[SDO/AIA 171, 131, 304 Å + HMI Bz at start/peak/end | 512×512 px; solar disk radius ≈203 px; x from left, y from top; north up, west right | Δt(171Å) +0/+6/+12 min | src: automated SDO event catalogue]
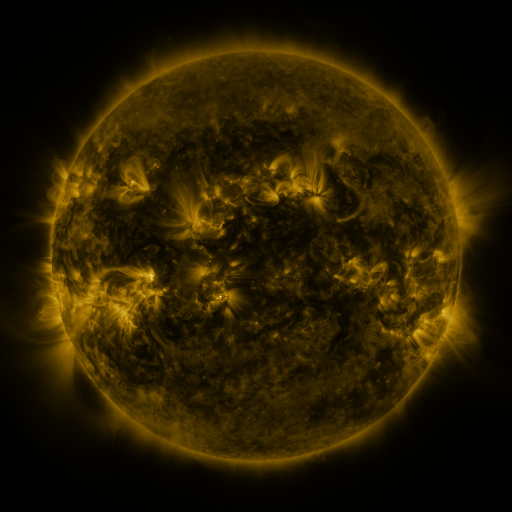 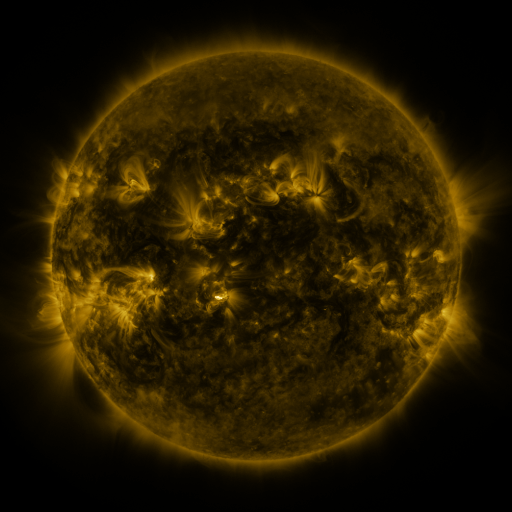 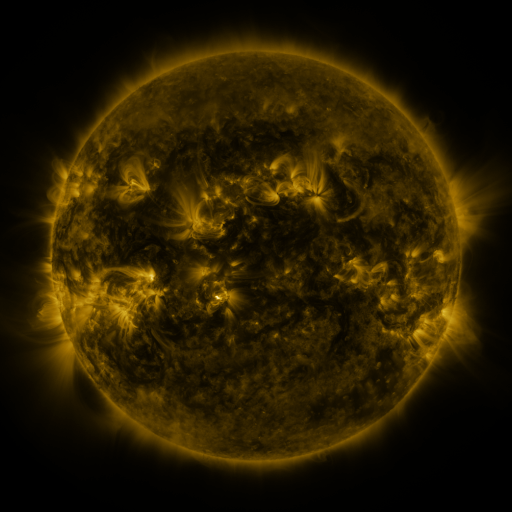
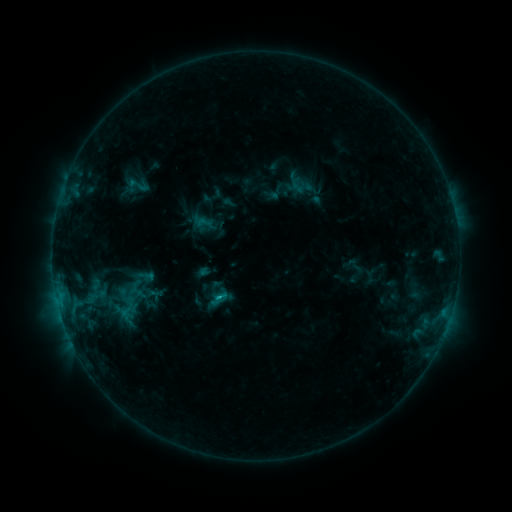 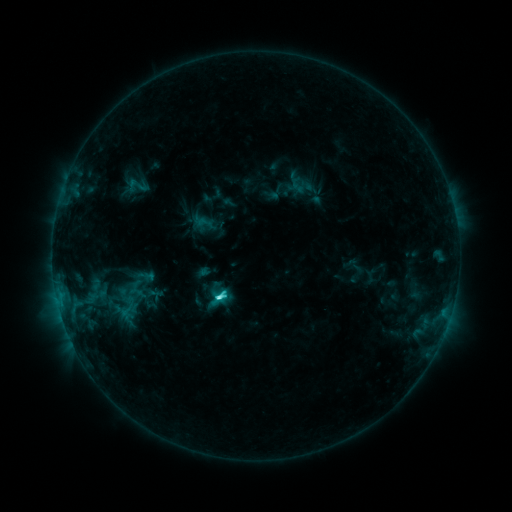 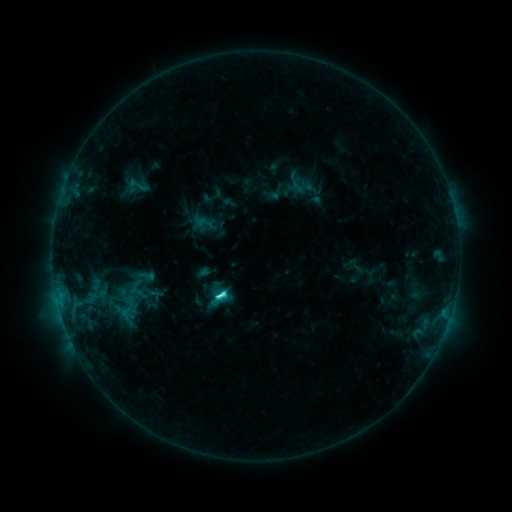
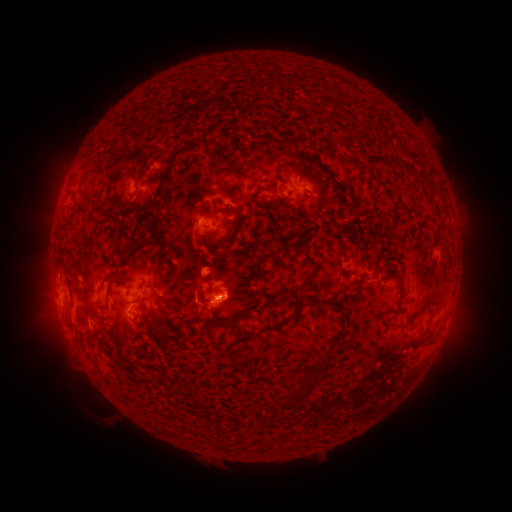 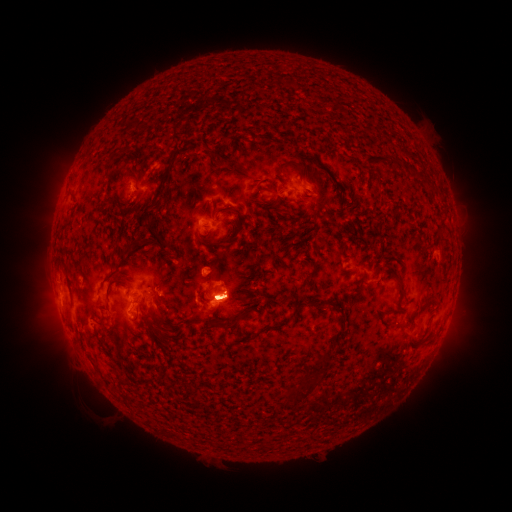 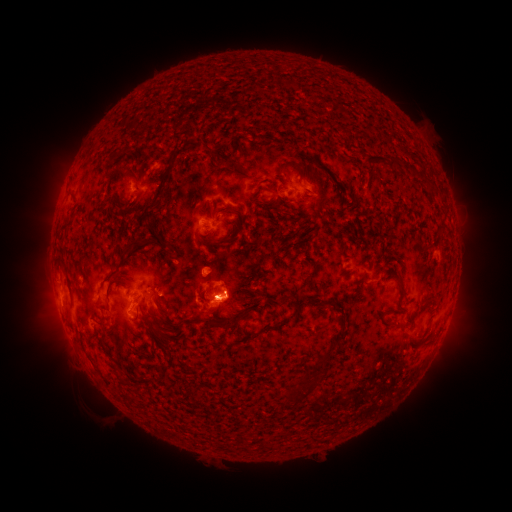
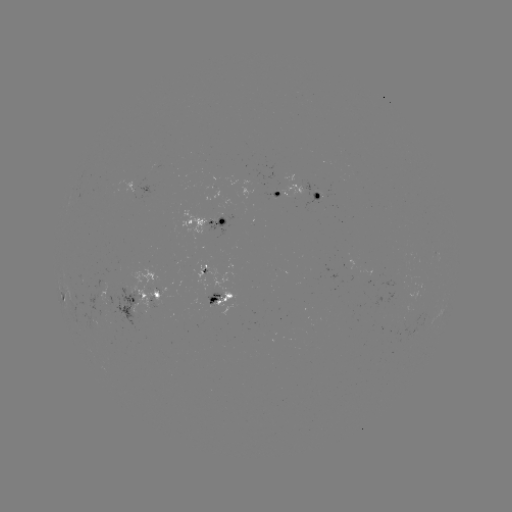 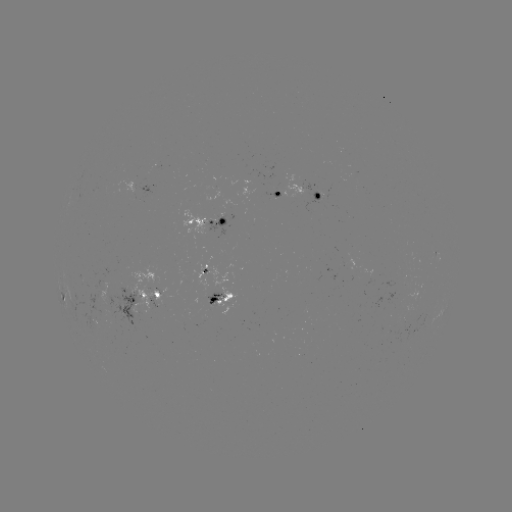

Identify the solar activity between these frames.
C4.3 flare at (222, 296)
